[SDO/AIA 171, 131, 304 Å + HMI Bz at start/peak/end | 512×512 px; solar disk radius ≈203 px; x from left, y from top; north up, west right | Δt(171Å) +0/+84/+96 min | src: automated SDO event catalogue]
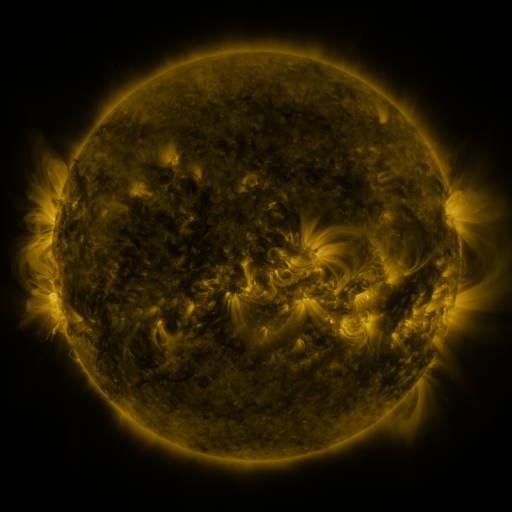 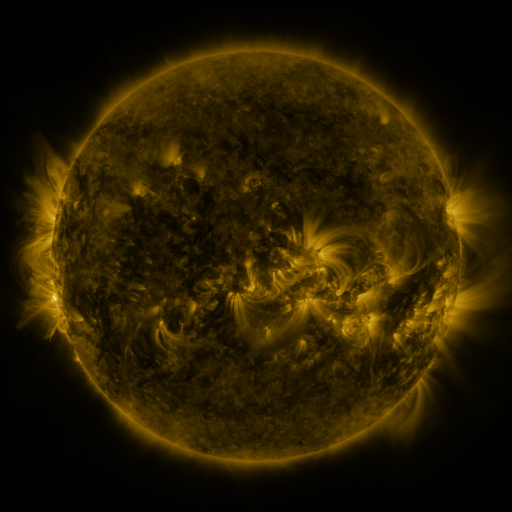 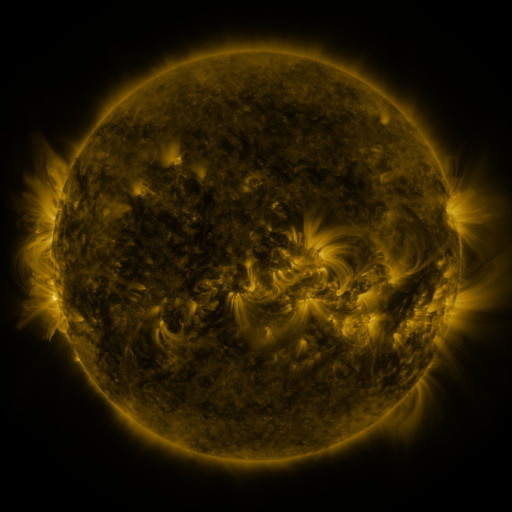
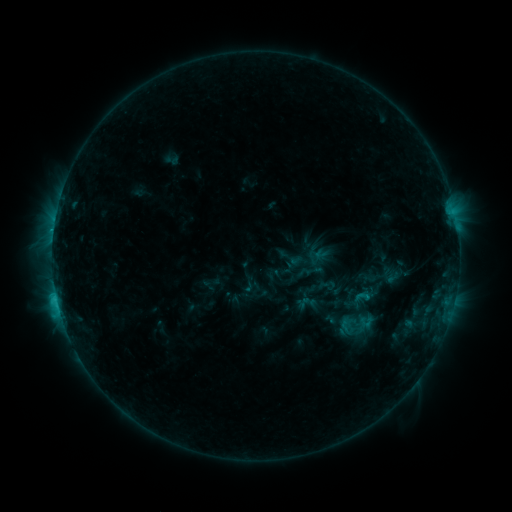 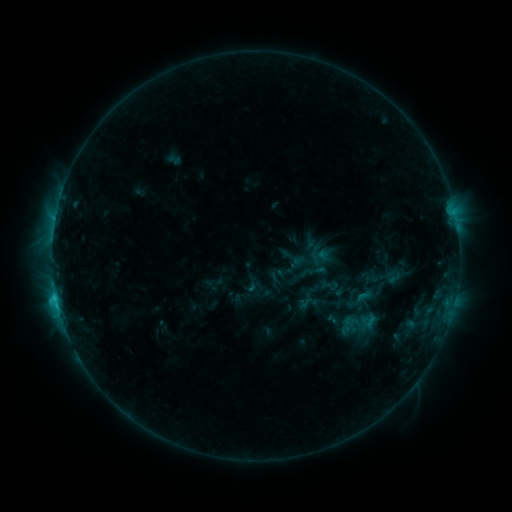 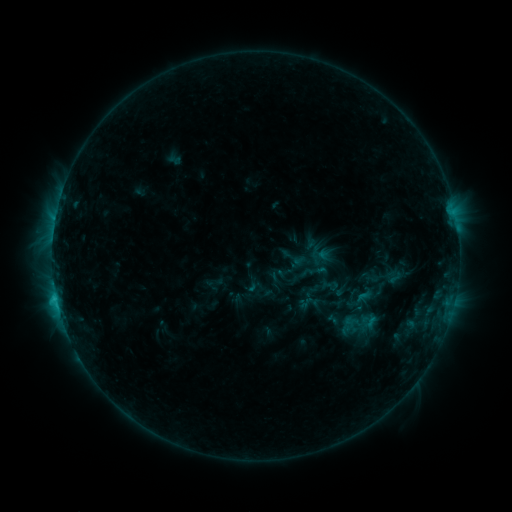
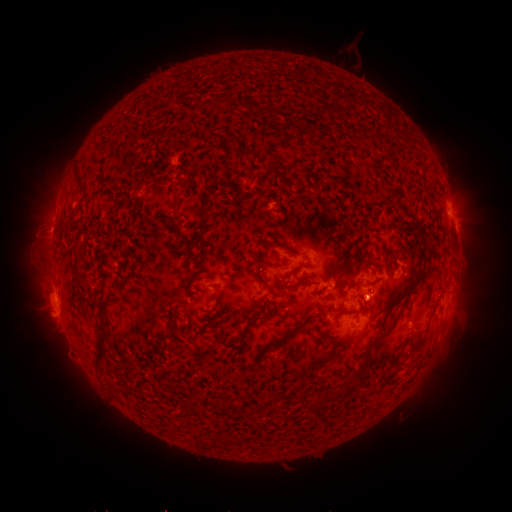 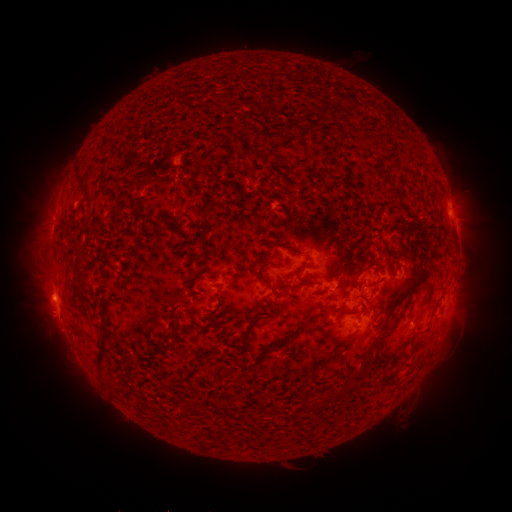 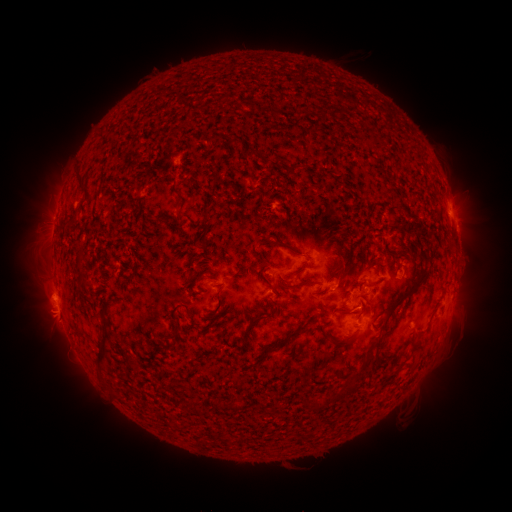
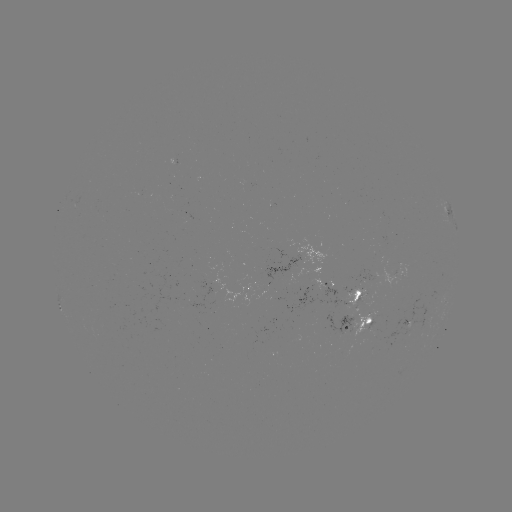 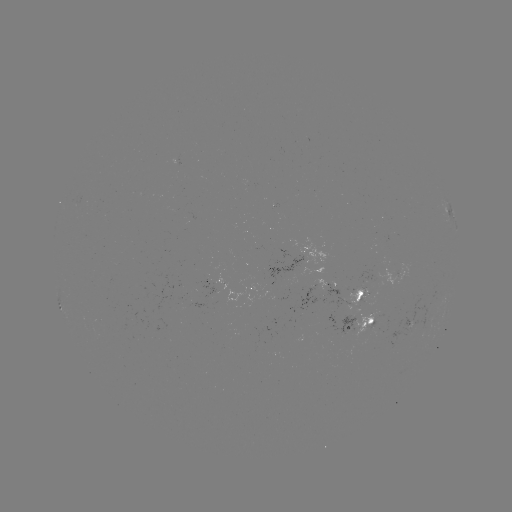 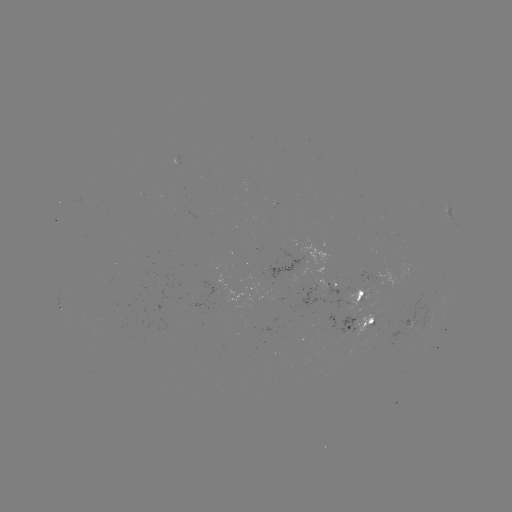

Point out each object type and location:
emerging-flux region: (360, 296)
